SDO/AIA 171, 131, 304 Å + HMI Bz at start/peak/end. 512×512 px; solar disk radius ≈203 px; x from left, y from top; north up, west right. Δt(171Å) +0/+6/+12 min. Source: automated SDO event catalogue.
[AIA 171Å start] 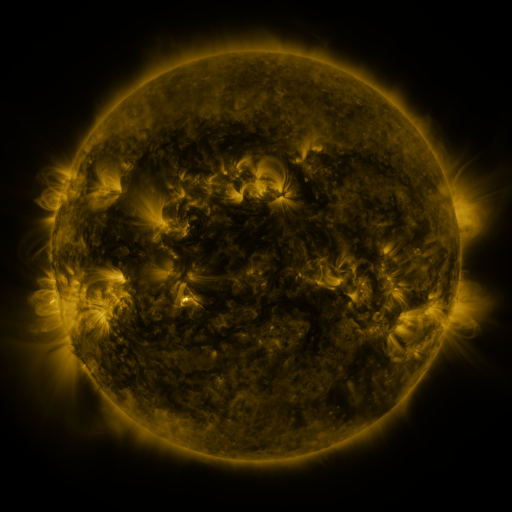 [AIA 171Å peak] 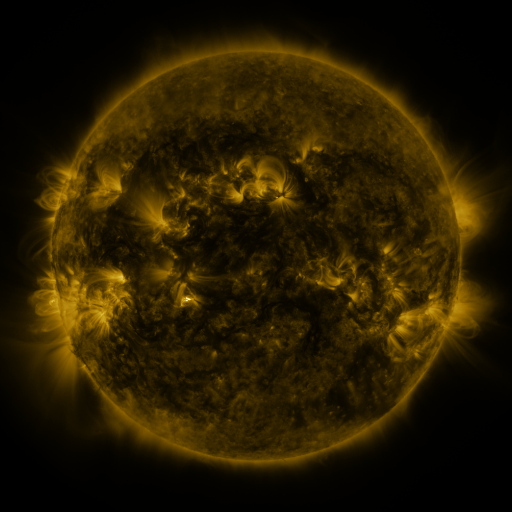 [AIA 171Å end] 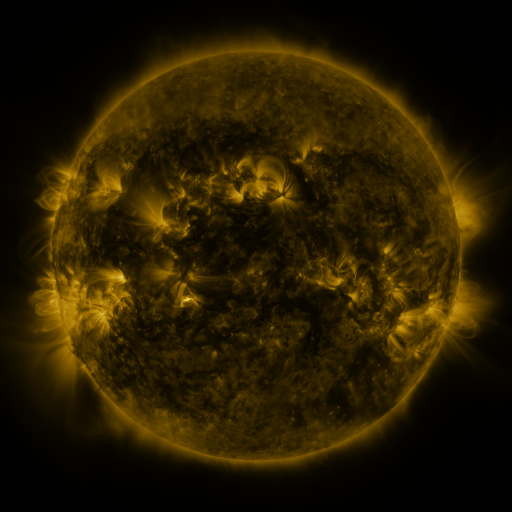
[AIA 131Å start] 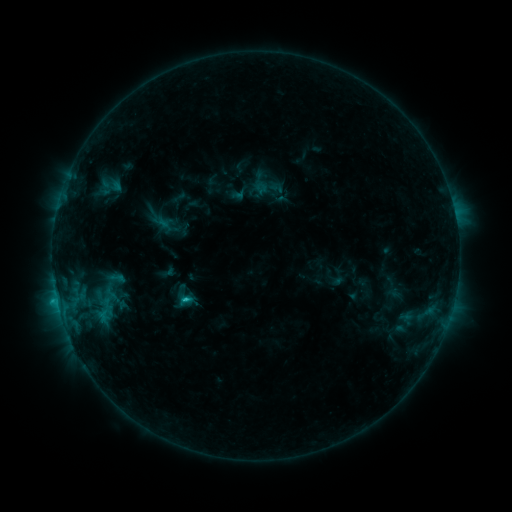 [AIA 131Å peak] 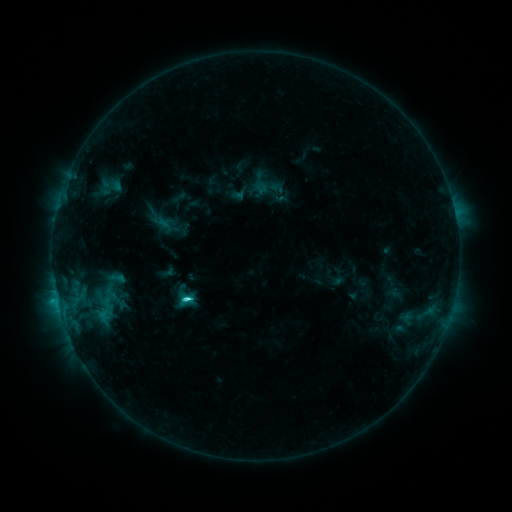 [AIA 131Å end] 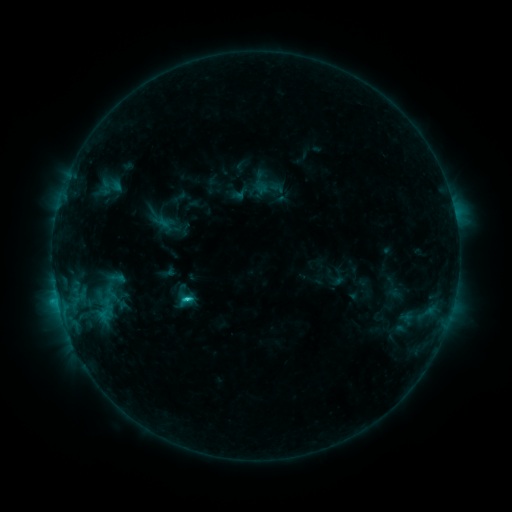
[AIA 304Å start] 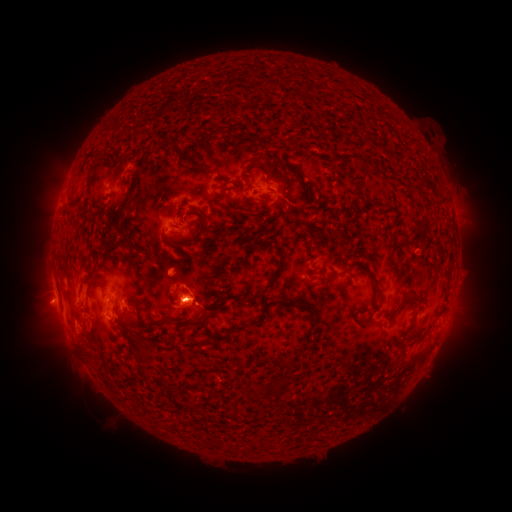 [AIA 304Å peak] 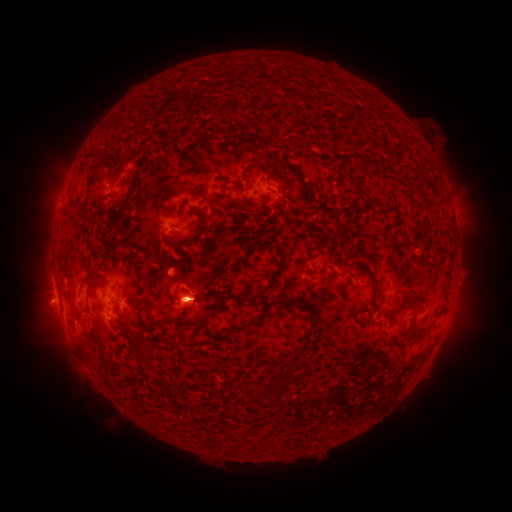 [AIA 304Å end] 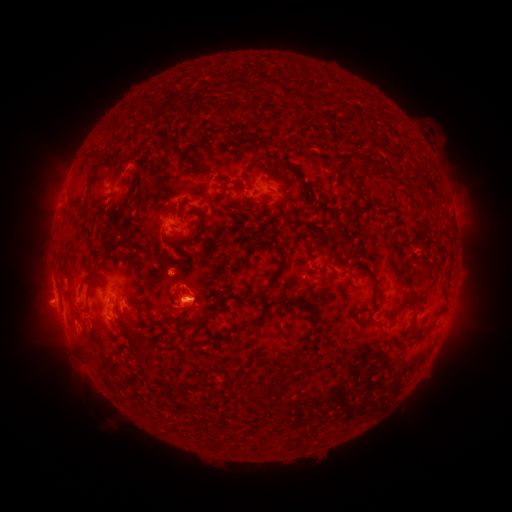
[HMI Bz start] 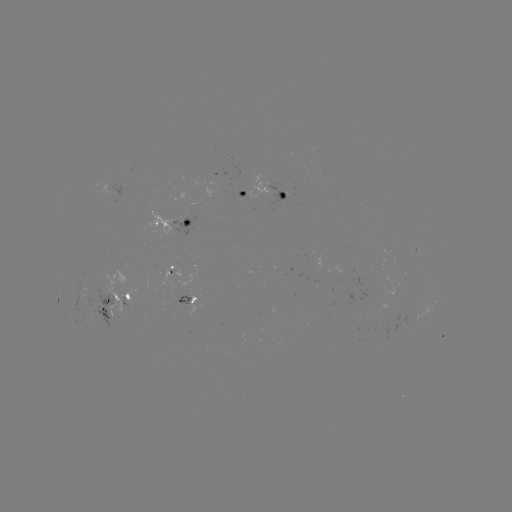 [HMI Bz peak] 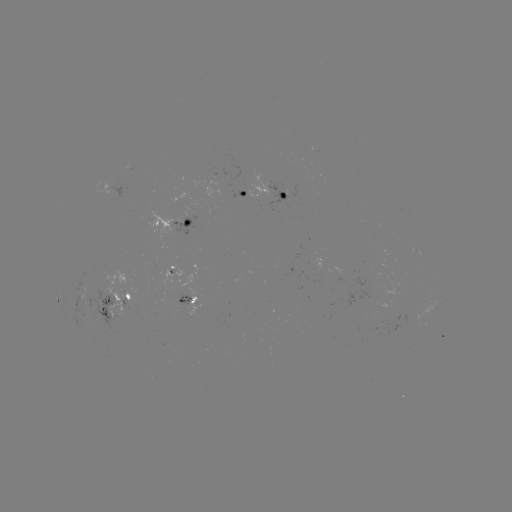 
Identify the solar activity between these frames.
C2.5 flare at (189, 297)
